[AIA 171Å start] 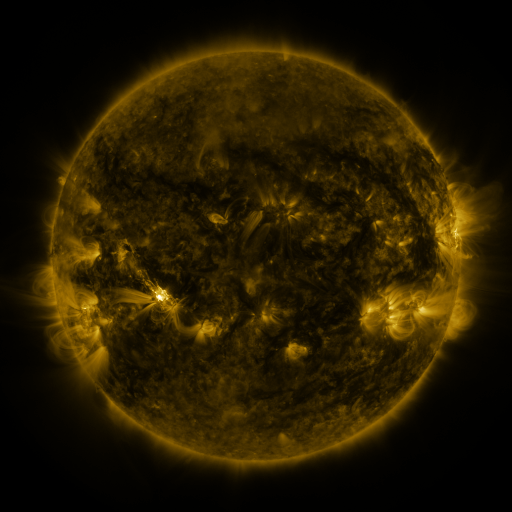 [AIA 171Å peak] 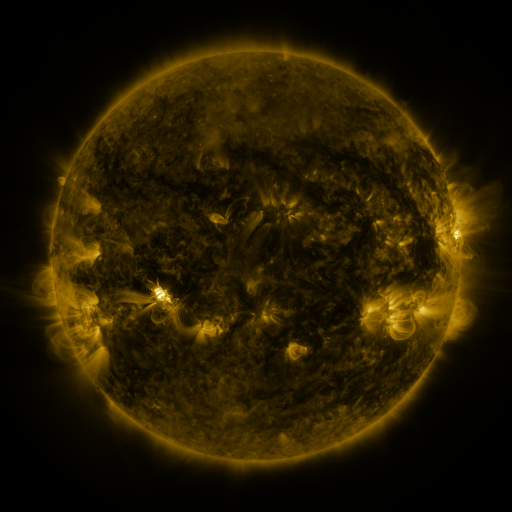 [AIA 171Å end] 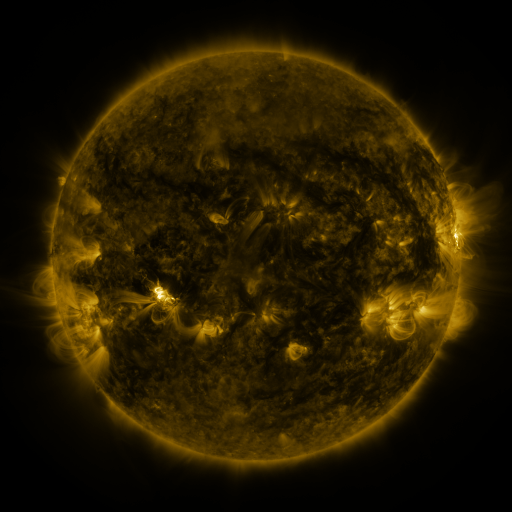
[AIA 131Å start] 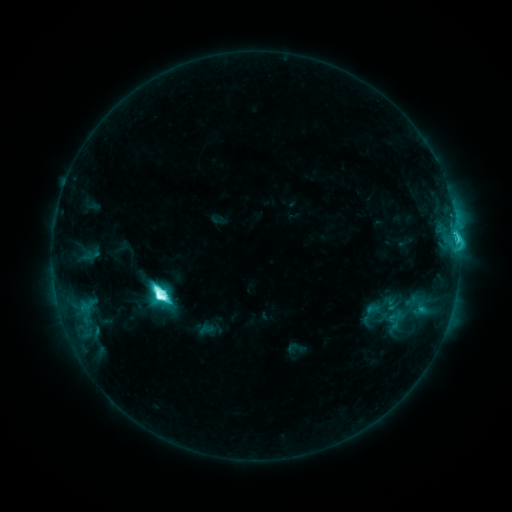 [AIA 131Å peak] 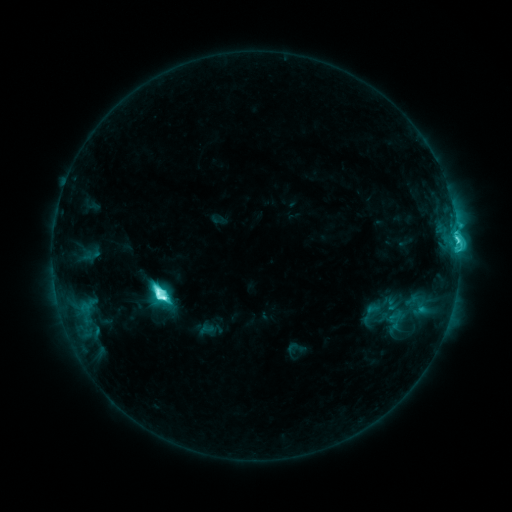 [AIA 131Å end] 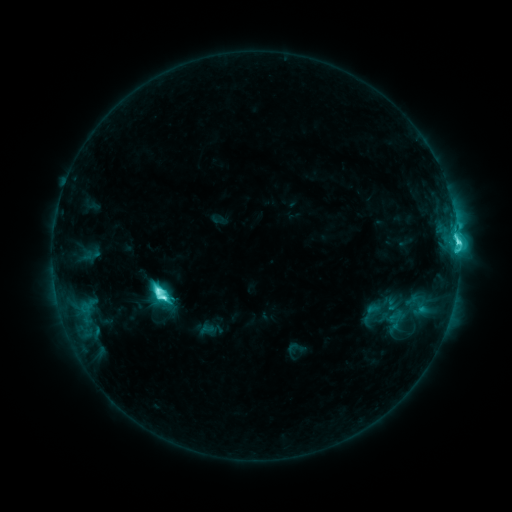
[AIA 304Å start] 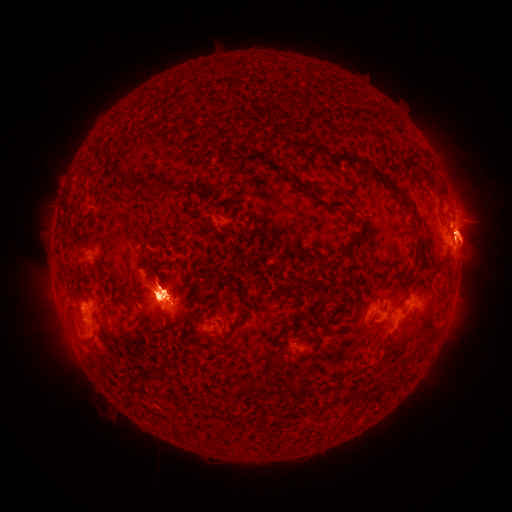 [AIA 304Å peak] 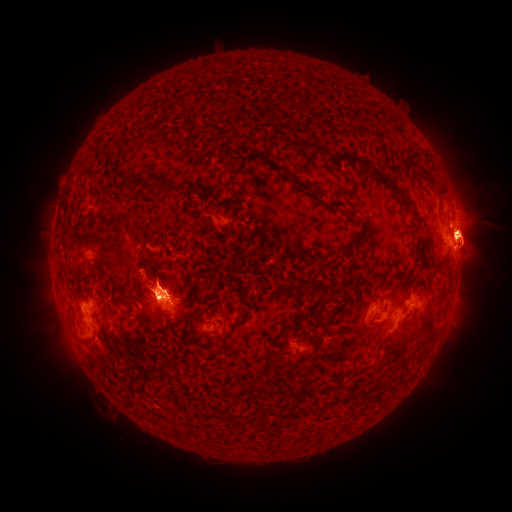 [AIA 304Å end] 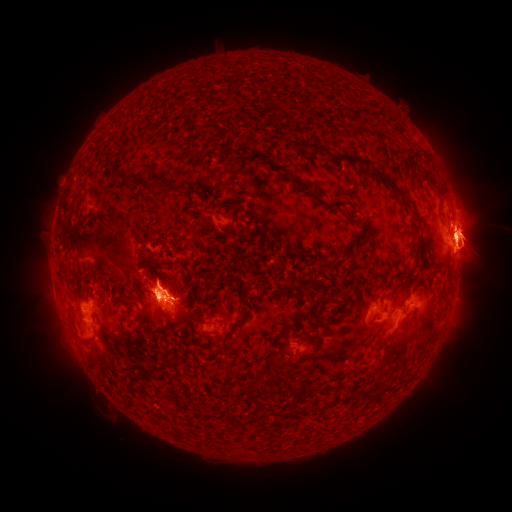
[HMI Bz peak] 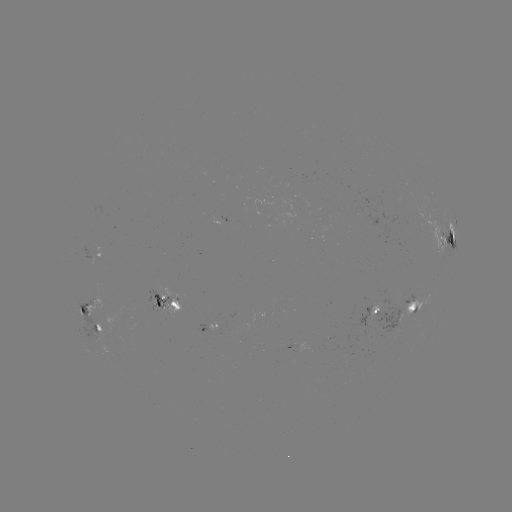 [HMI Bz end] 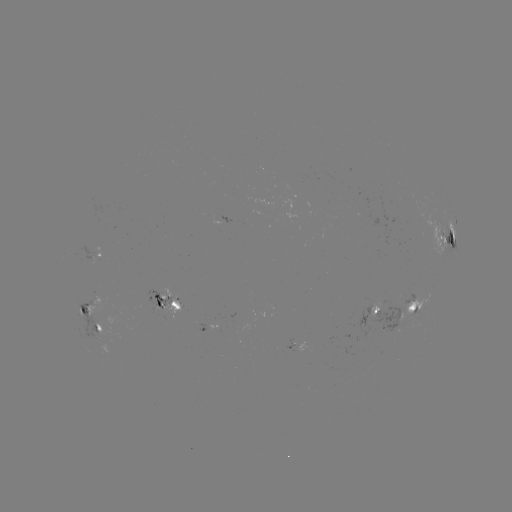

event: eruption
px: (470, 306)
